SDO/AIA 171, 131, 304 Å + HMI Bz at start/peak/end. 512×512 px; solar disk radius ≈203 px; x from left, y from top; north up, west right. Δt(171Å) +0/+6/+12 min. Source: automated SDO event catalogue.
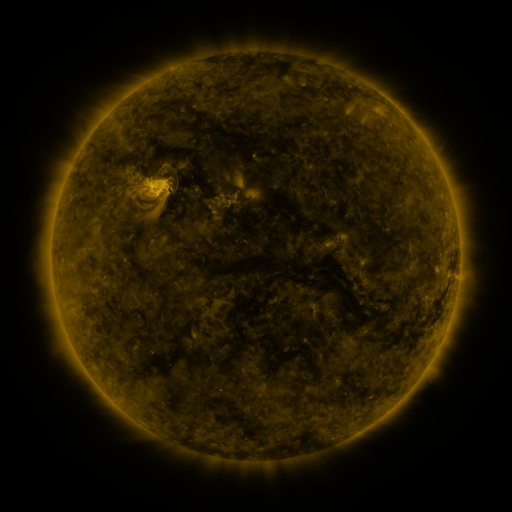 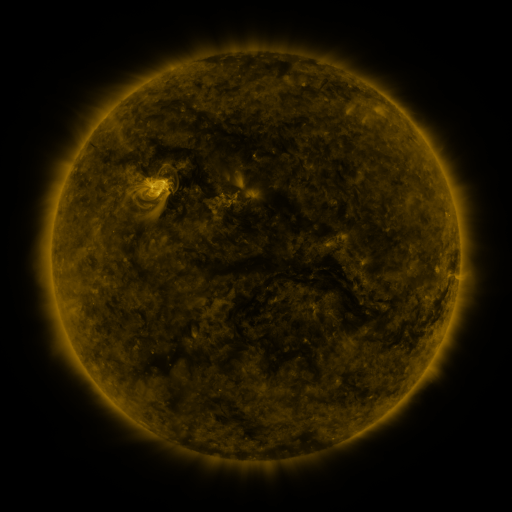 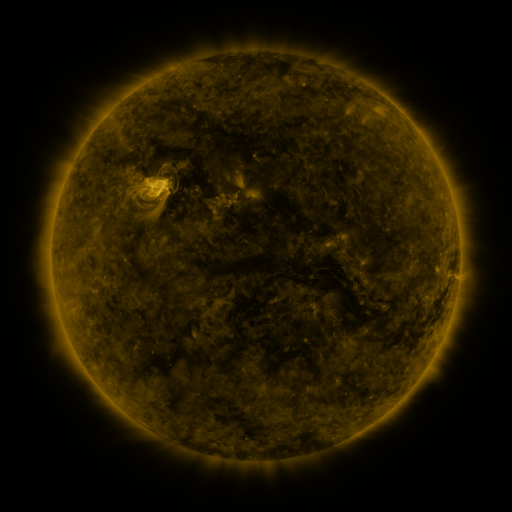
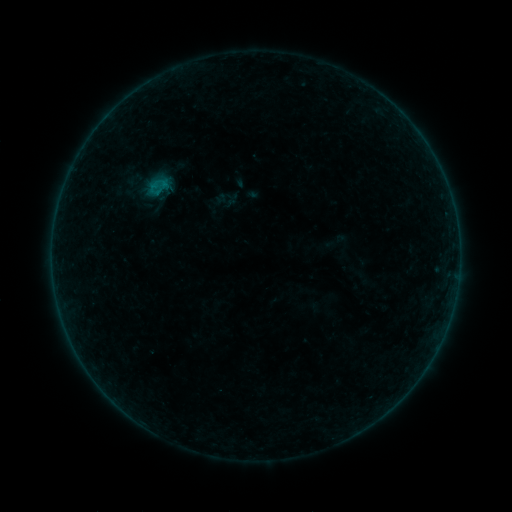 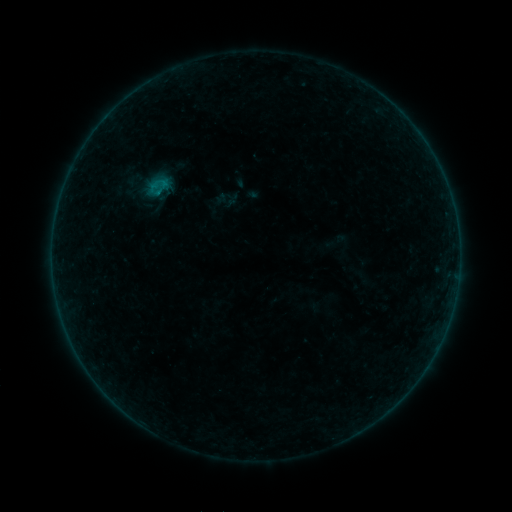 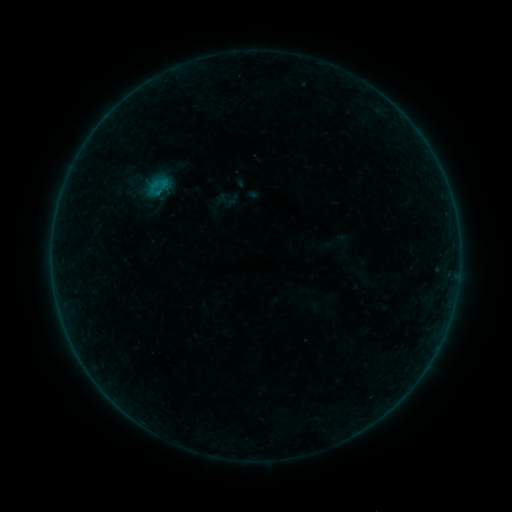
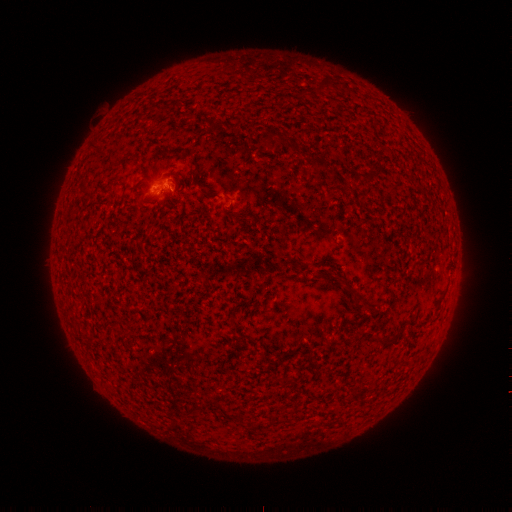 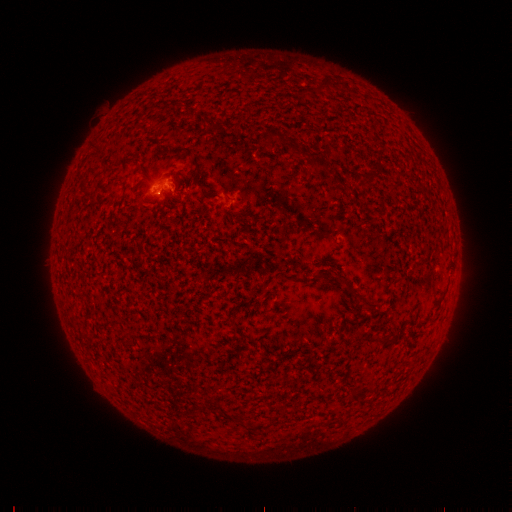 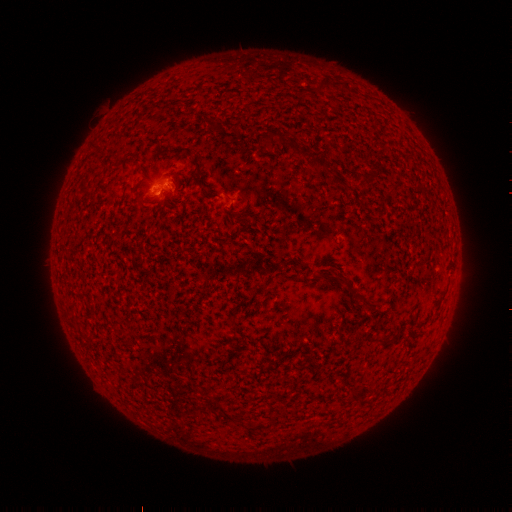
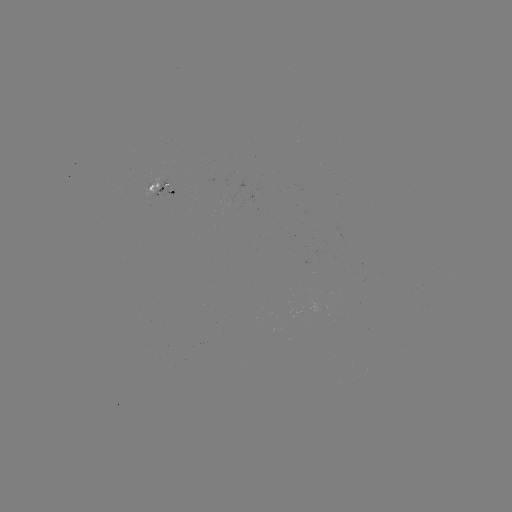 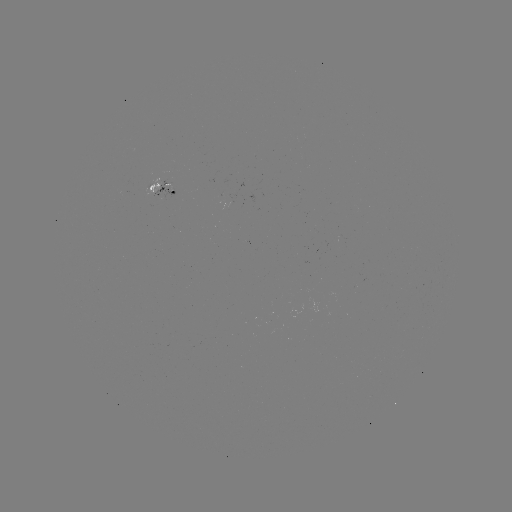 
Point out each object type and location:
B2.4 flare: (157, 197)
